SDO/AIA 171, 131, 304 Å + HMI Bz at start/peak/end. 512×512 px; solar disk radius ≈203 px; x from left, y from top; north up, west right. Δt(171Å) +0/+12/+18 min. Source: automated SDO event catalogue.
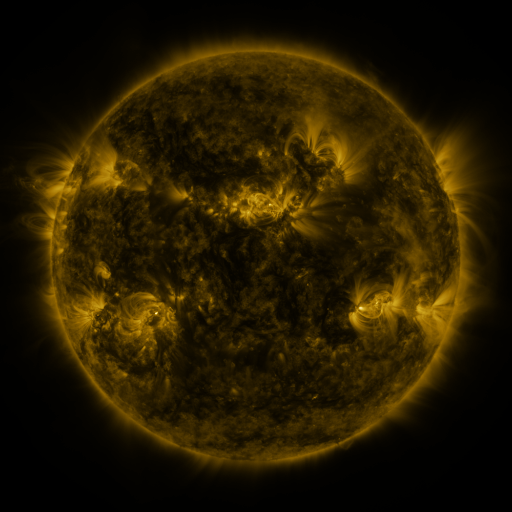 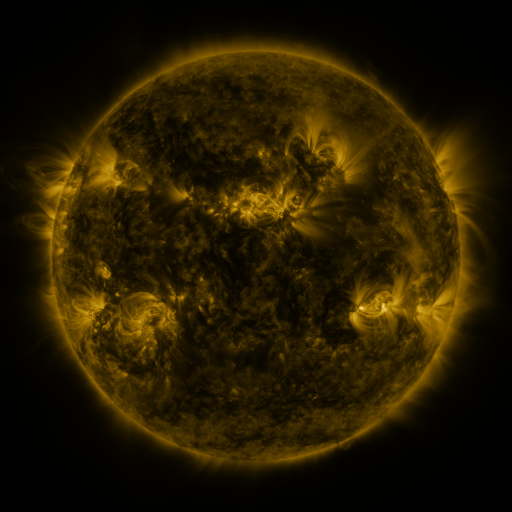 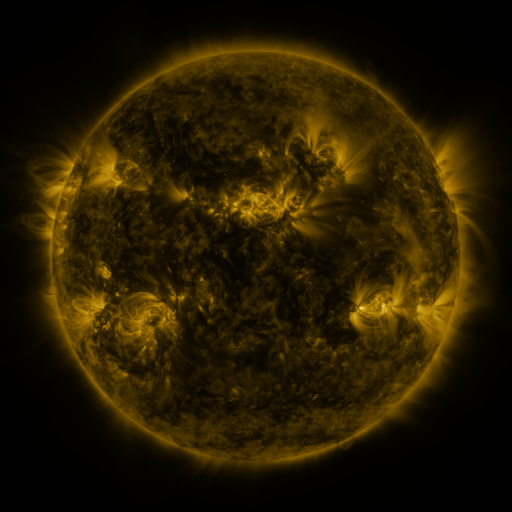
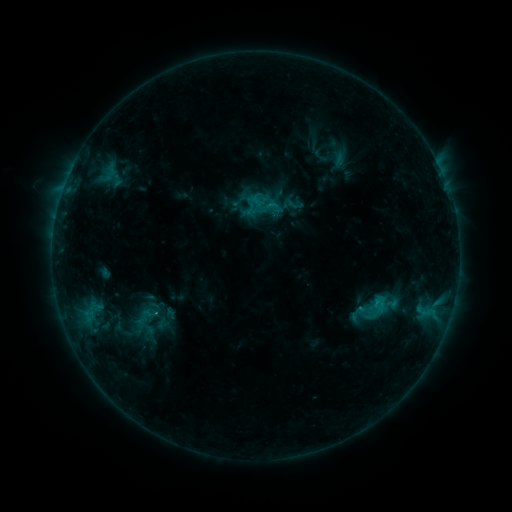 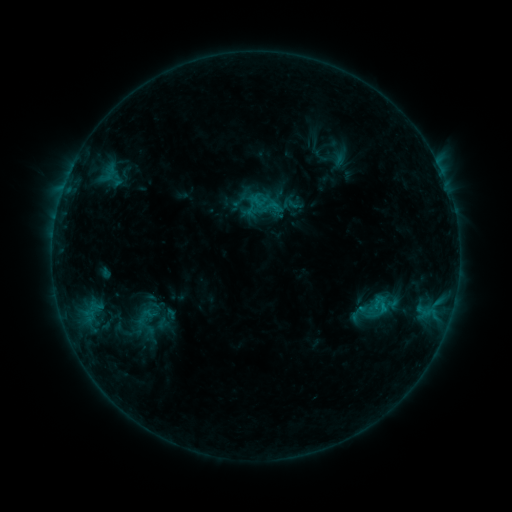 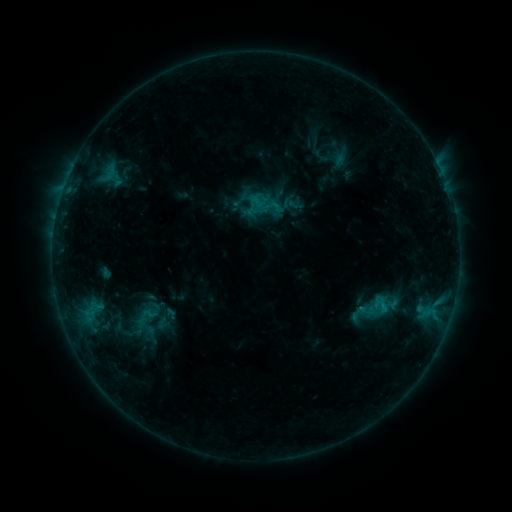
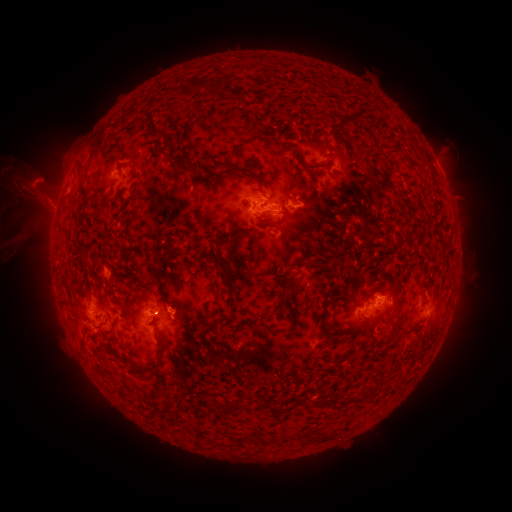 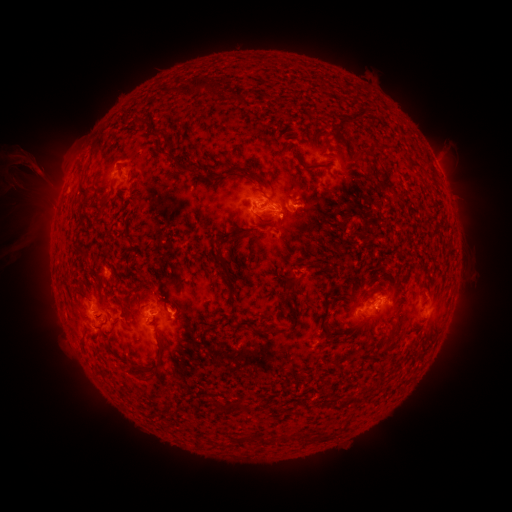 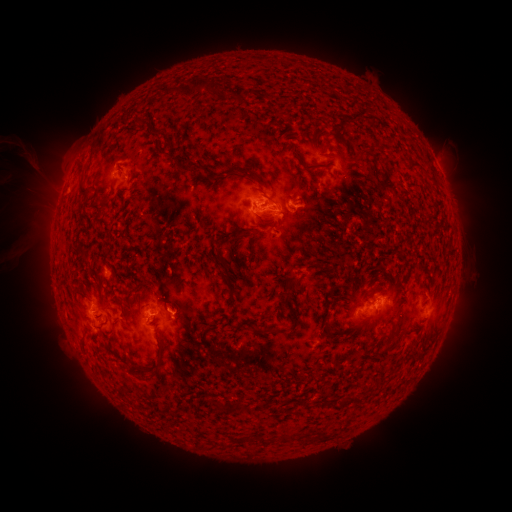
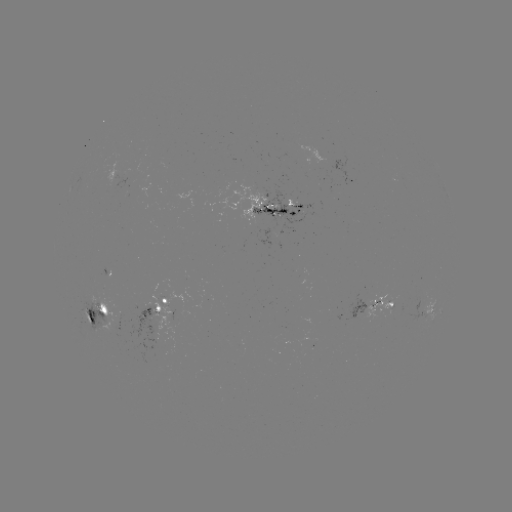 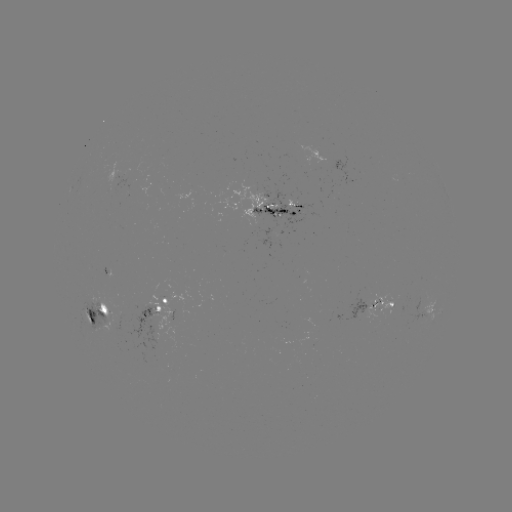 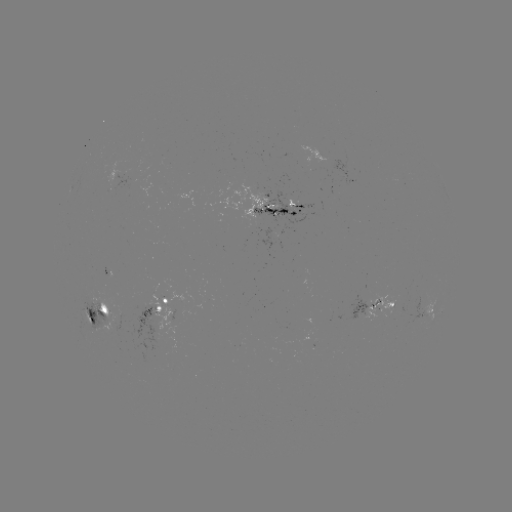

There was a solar eruption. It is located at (30, 180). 